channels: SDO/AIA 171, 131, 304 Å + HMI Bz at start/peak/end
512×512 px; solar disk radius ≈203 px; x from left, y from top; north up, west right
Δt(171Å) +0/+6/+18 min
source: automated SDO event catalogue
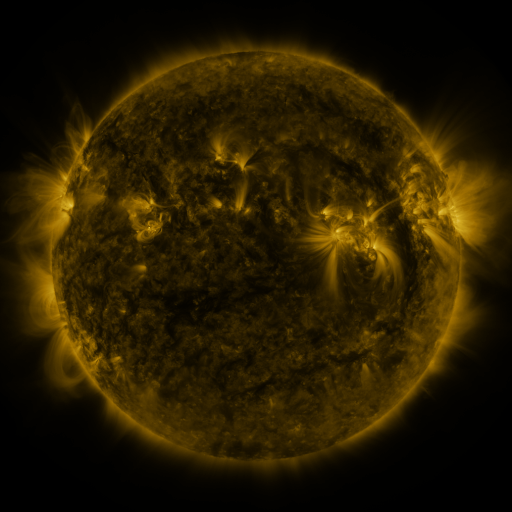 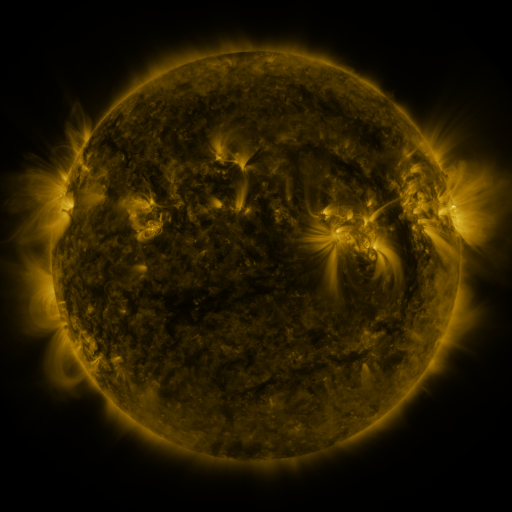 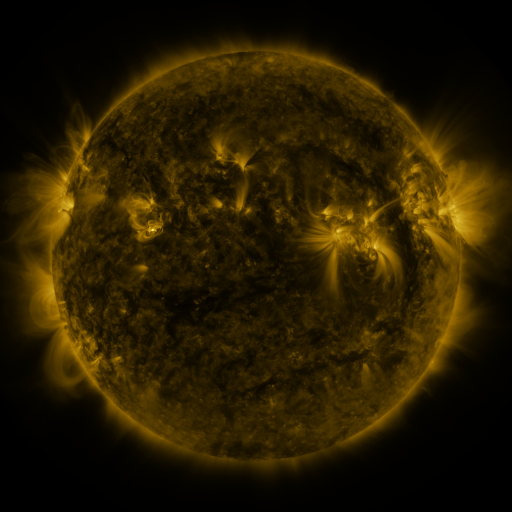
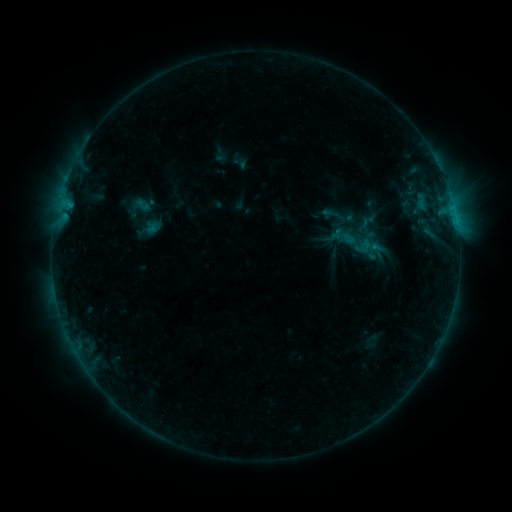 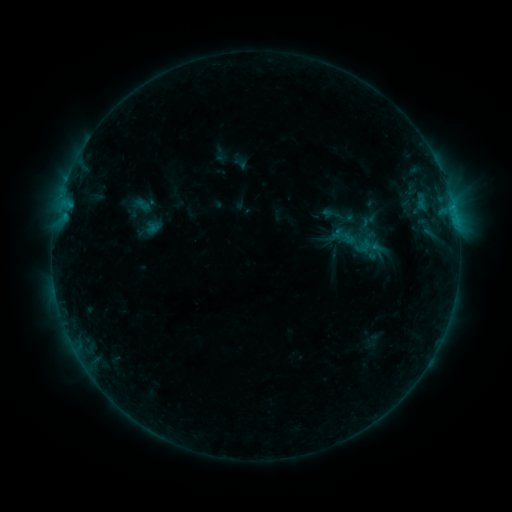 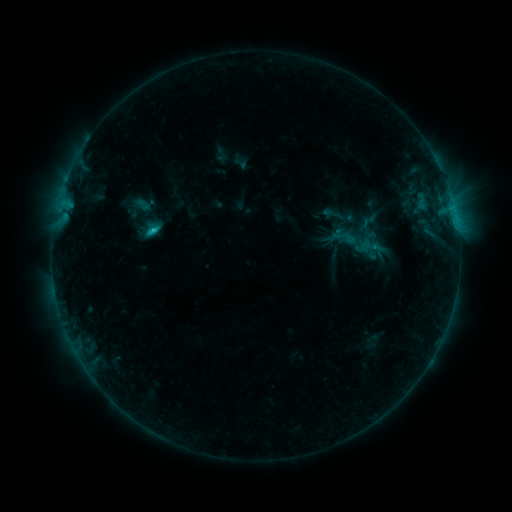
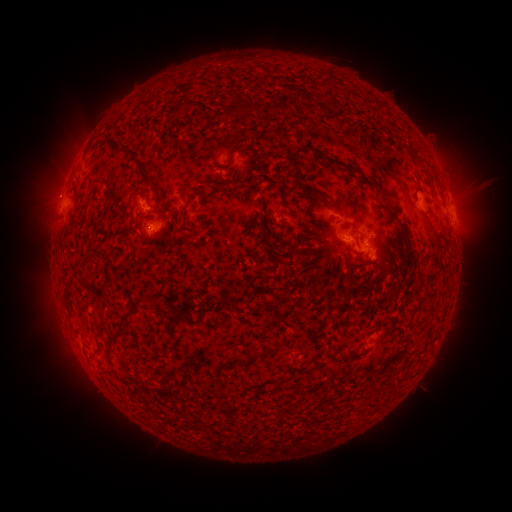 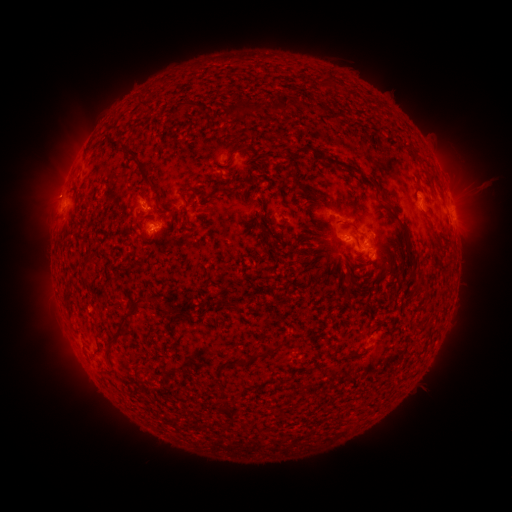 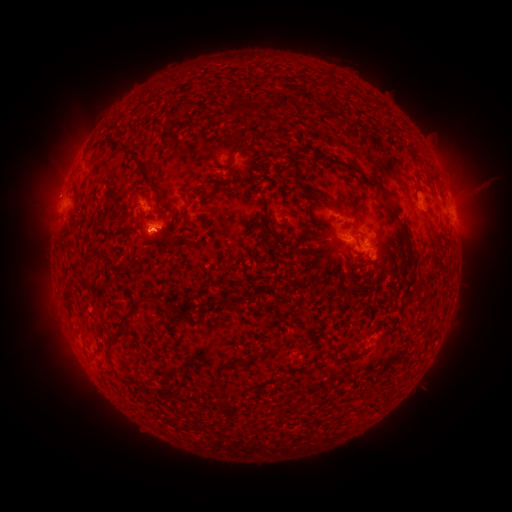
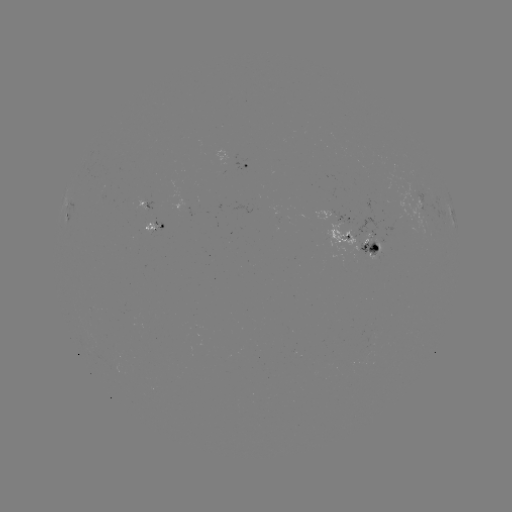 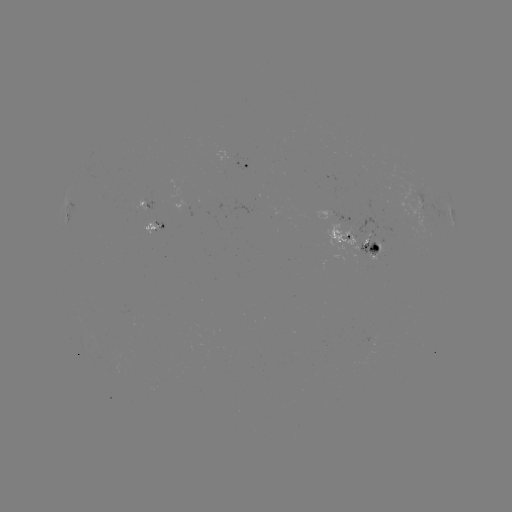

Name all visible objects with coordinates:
C1.5 flare: (452, 208)
